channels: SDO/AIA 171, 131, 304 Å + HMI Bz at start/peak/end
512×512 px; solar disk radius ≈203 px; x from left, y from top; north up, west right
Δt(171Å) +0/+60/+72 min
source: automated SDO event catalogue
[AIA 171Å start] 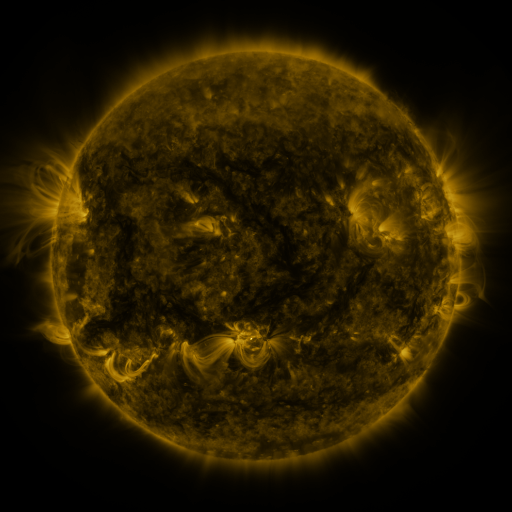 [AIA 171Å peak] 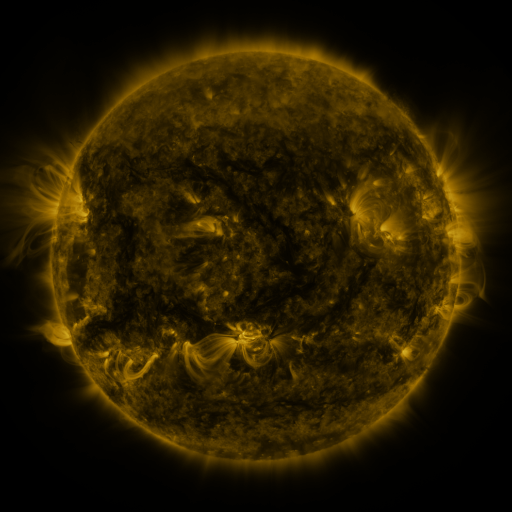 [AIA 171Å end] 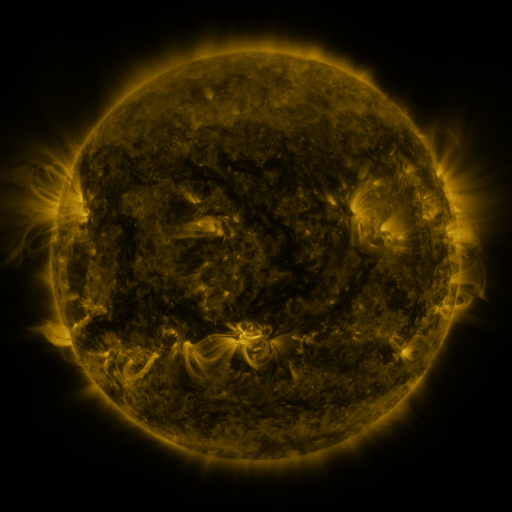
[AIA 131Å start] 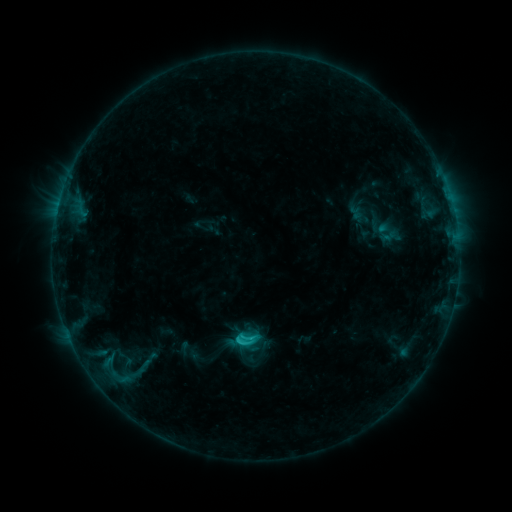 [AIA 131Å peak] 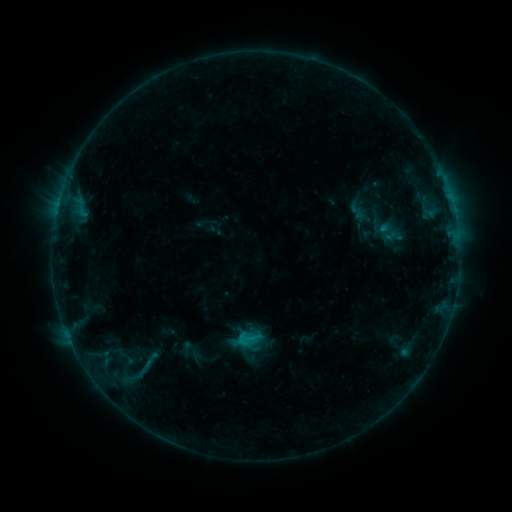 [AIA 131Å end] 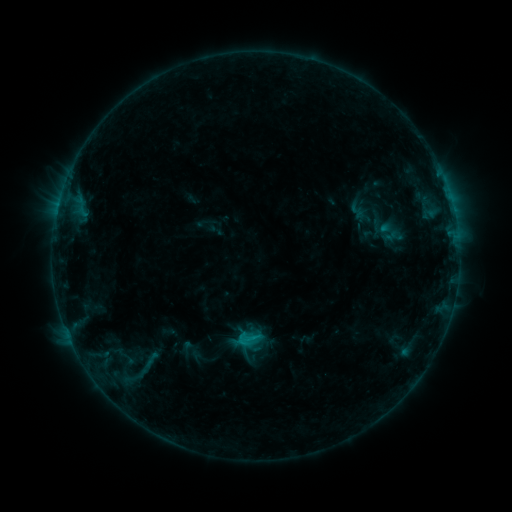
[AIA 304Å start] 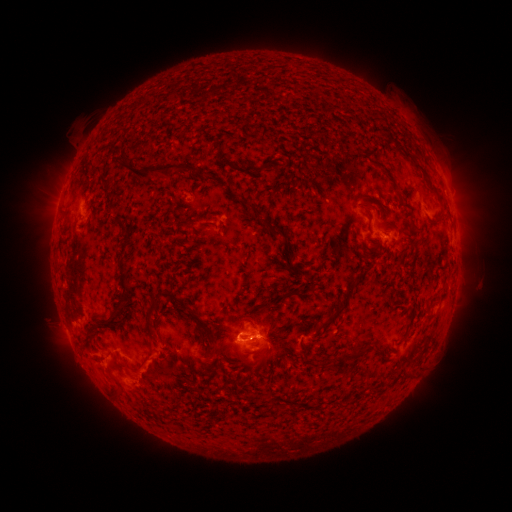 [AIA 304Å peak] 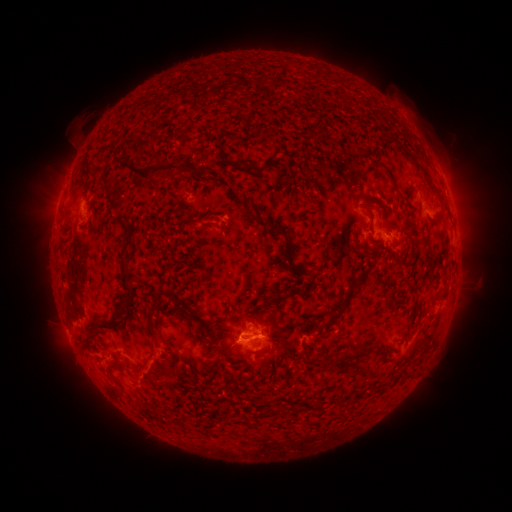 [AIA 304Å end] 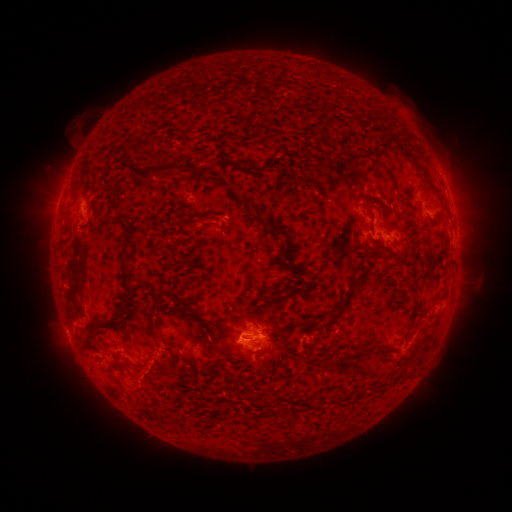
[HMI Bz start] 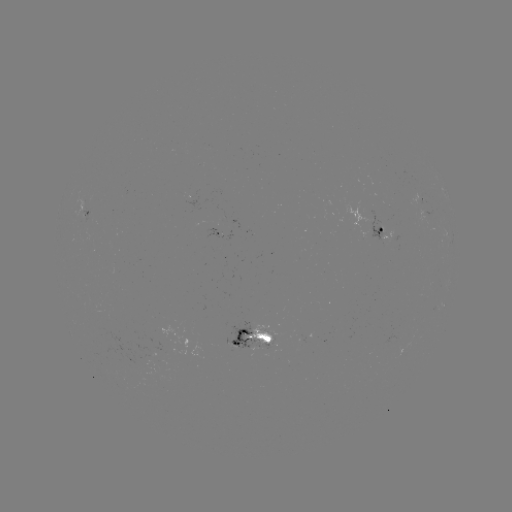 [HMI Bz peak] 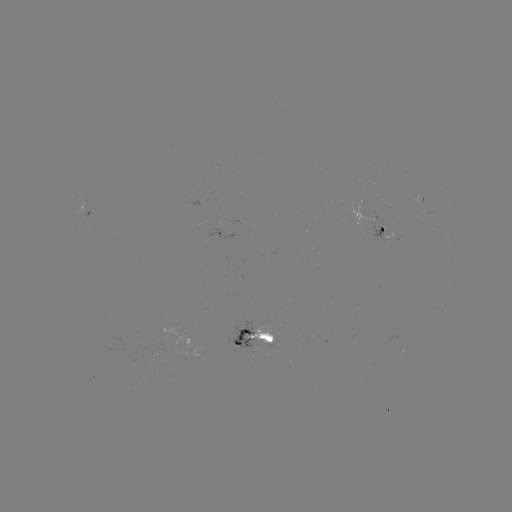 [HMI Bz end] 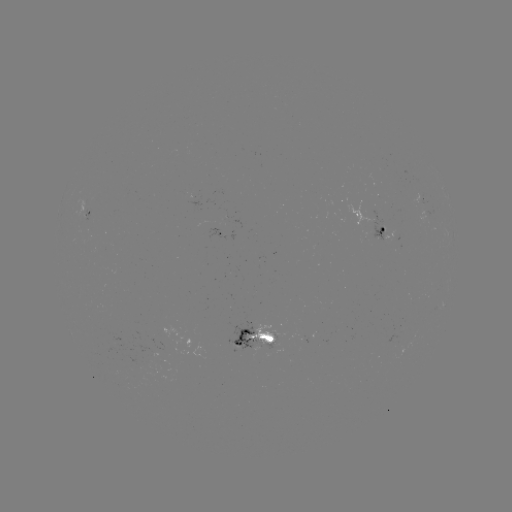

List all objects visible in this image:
emerging-flux region: (142, 358)
